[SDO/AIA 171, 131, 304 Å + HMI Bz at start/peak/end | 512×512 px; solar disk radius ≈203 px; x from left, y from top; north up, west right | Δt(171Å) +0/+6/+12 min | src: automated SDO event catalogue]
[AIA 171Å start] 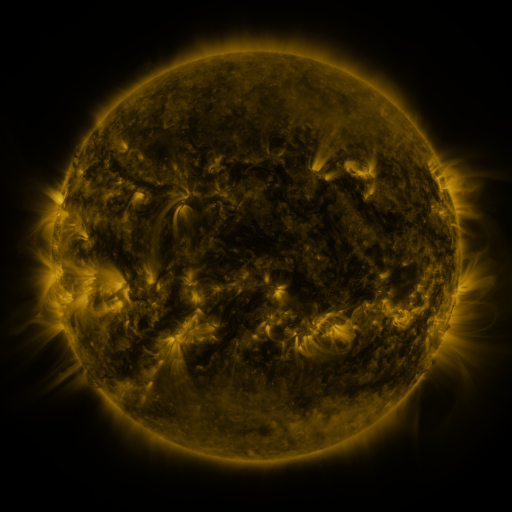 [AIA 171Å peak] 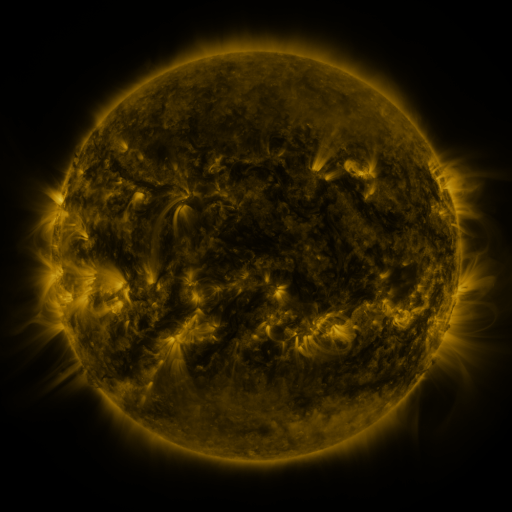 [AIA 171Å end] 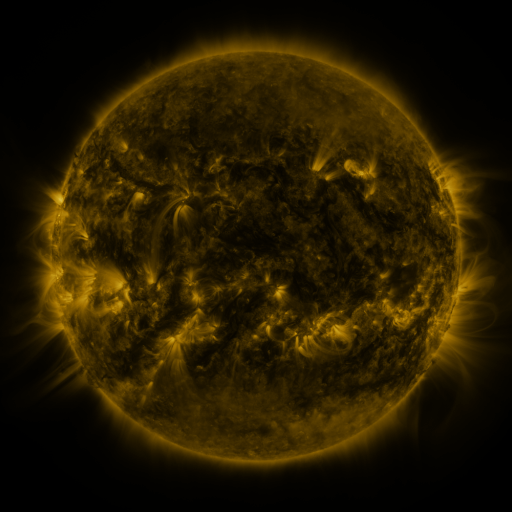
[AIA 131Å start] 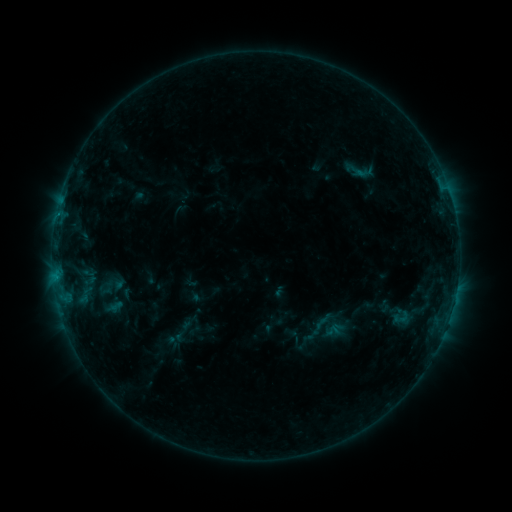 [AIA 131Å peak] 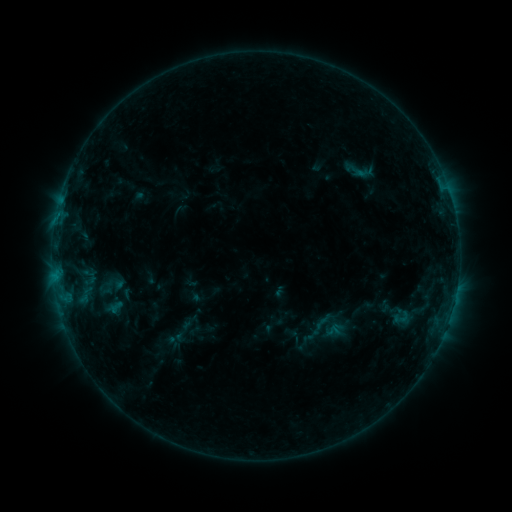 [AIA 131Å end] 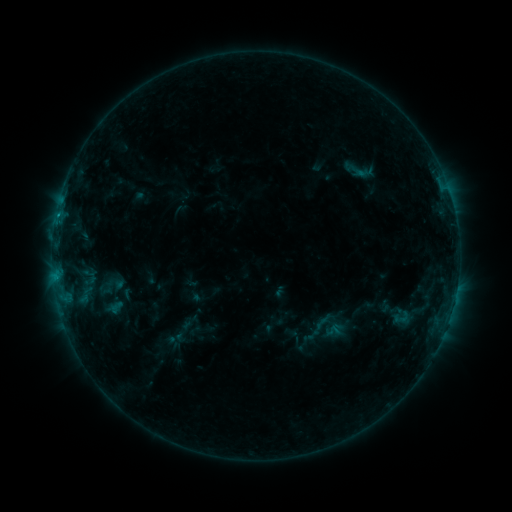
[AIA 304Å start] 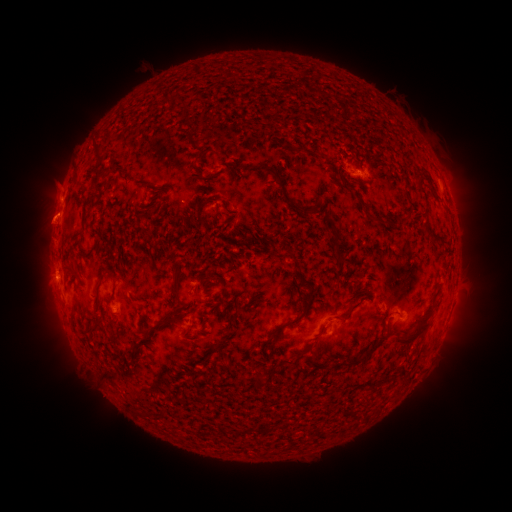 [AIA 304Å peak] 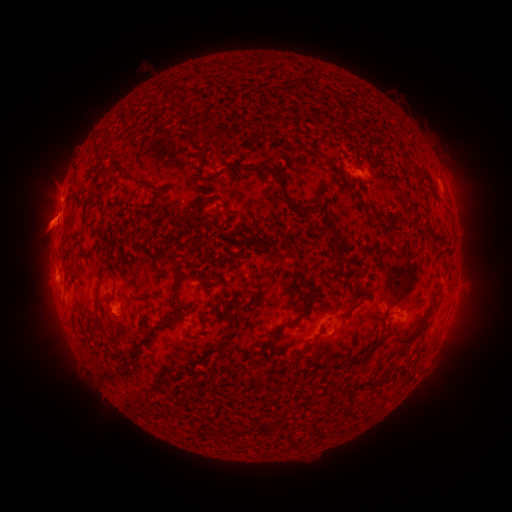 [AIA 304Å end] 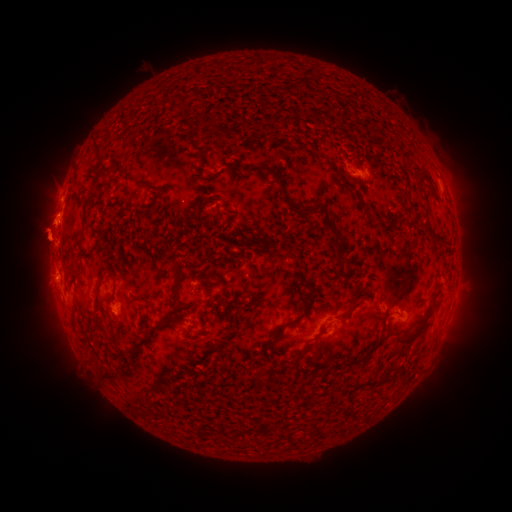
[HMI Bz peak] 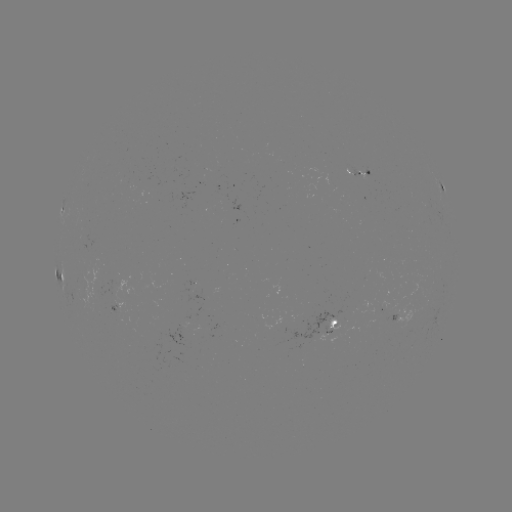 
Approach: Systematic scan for eruption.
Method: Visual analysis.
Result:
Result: eruption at (46, 224).